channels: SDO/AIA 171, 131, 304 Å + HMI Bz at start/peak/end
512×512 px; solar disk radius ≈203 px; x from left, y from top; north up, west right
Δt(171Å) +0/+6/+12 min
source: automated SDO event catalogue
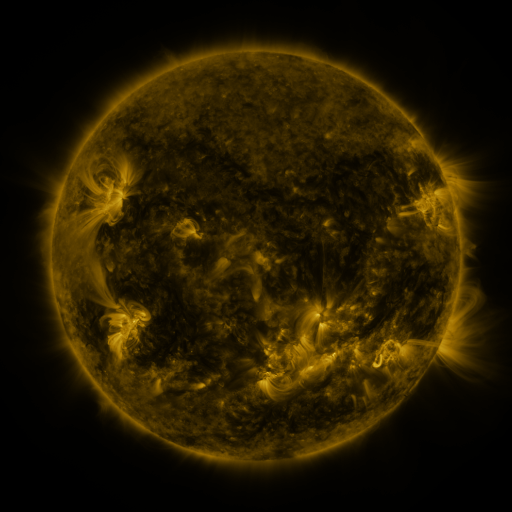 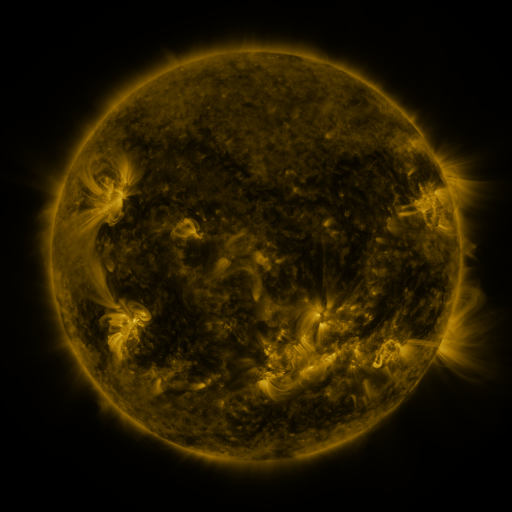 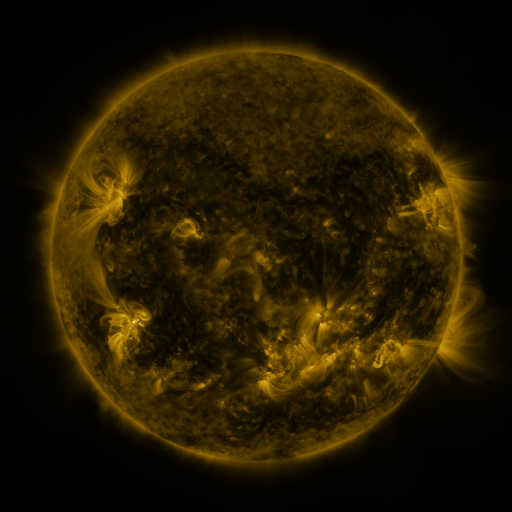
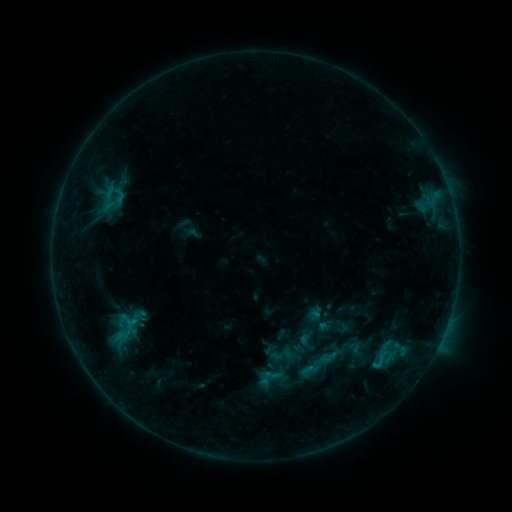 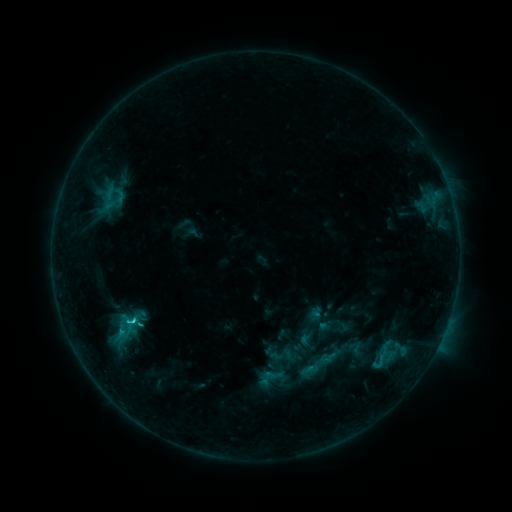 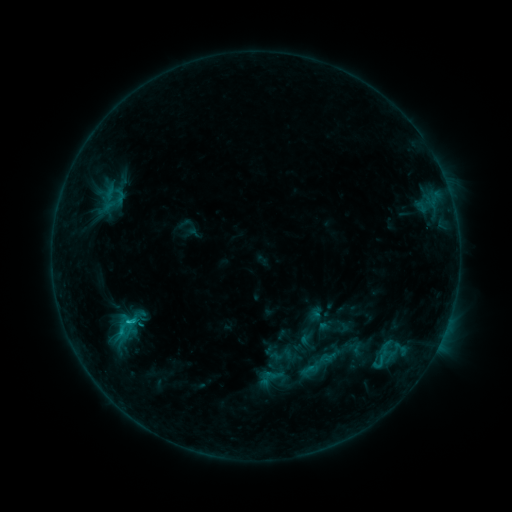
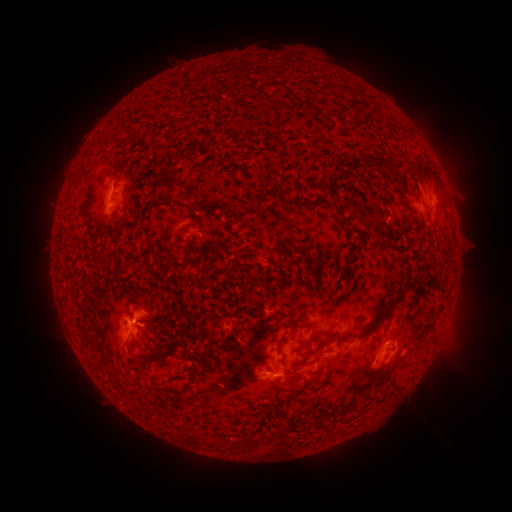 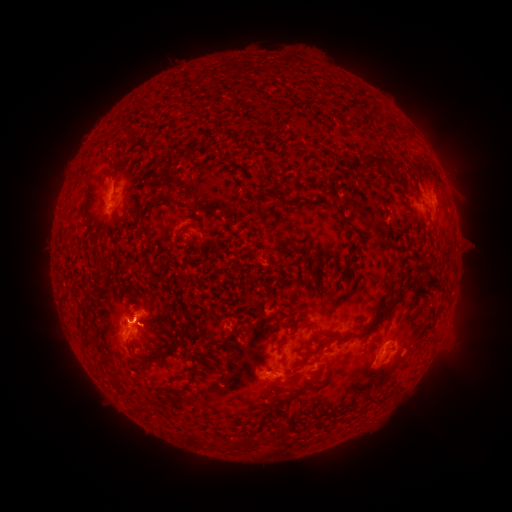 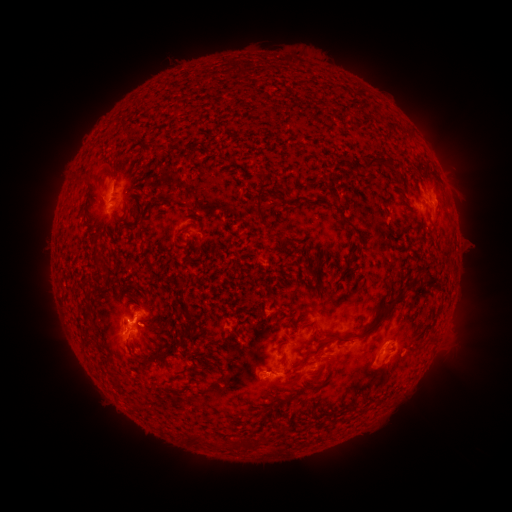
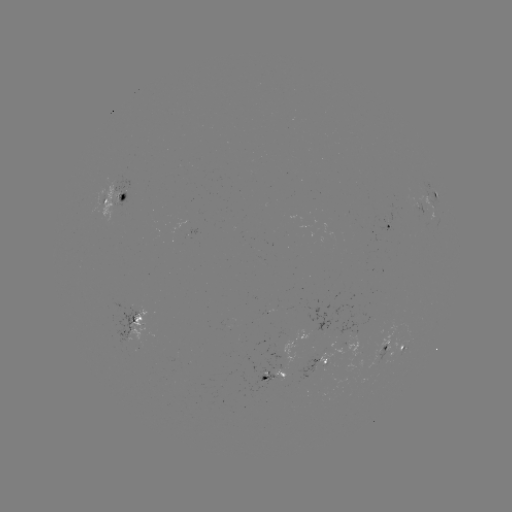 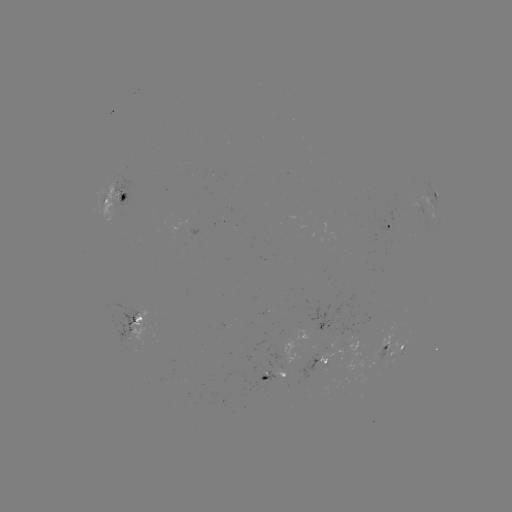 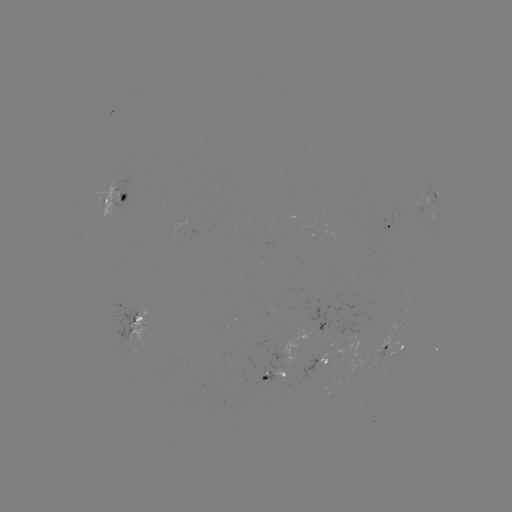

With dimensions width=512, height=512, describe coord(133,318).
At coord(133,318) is C1.4 flare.